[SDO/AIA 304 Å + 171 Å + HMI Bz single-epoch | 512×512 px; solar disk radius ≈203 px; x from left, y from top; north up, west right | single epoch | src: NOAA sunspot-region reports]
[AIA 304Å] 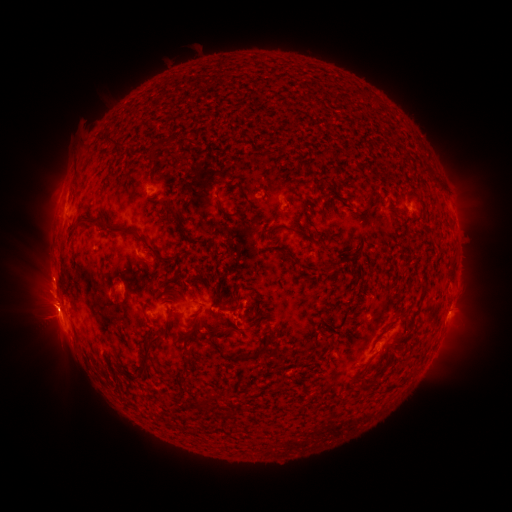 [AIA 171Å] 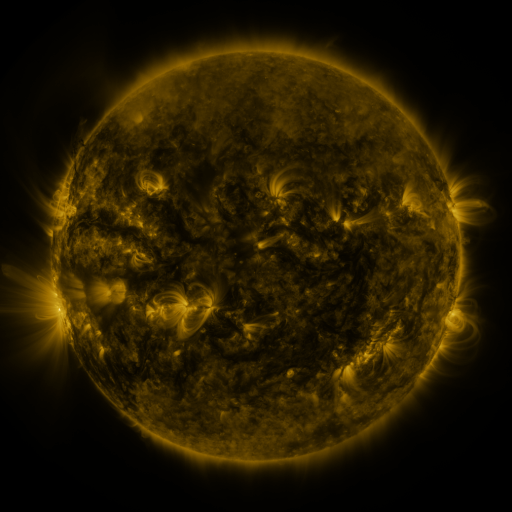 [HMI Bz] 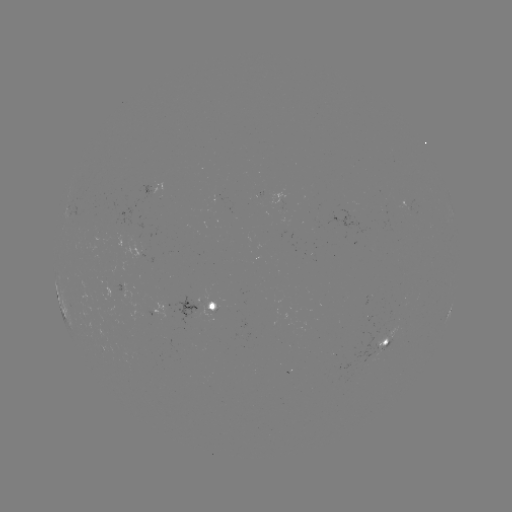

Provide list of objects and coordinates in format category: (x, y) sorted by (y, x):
spotted active region: (153, 195)
spotted active region: (278, 195)
spotted active region: (200, 310)
spotted active region: (157, 322)
spotted active region: (389, 339)
